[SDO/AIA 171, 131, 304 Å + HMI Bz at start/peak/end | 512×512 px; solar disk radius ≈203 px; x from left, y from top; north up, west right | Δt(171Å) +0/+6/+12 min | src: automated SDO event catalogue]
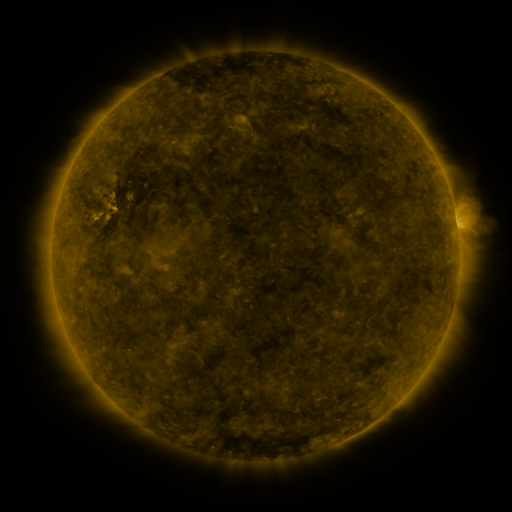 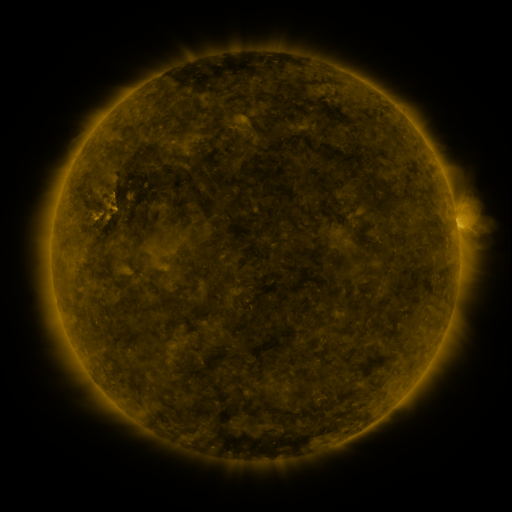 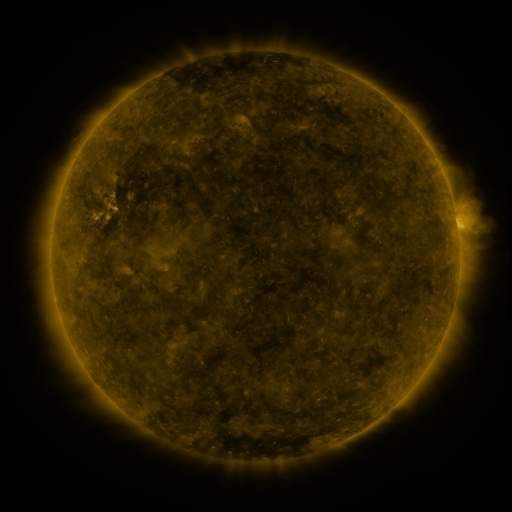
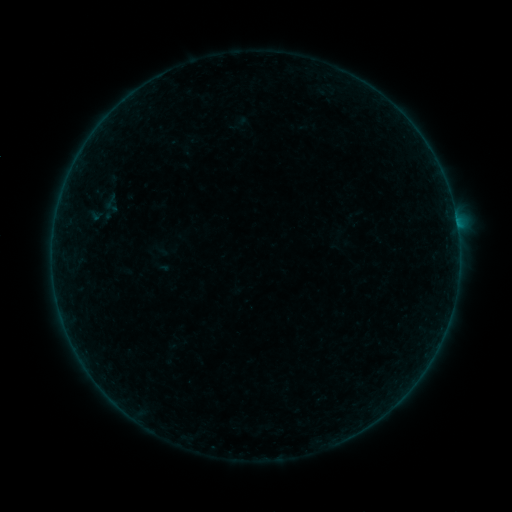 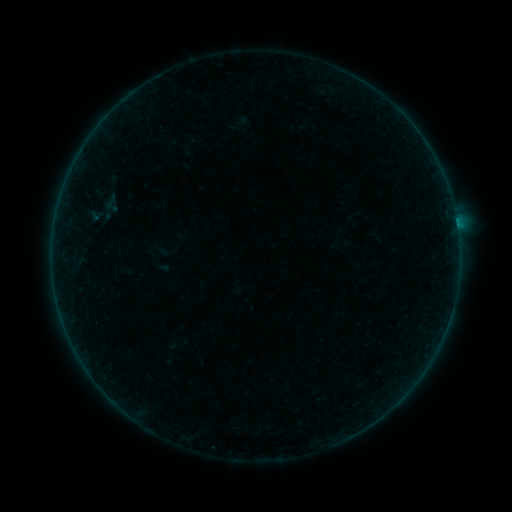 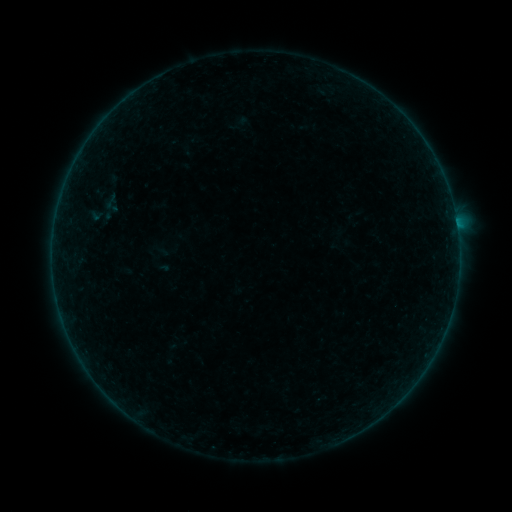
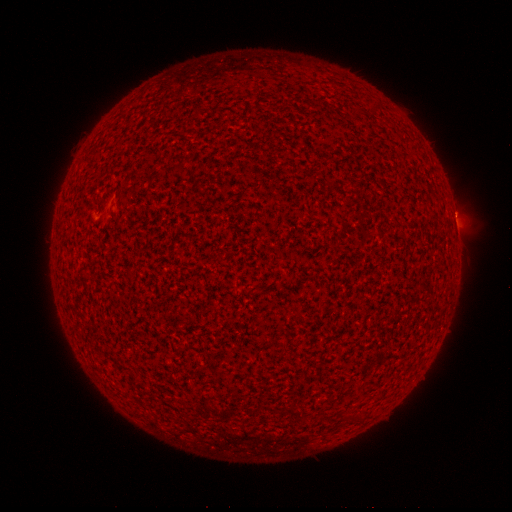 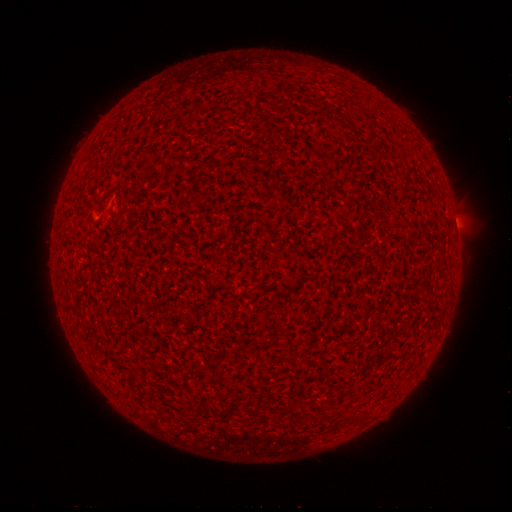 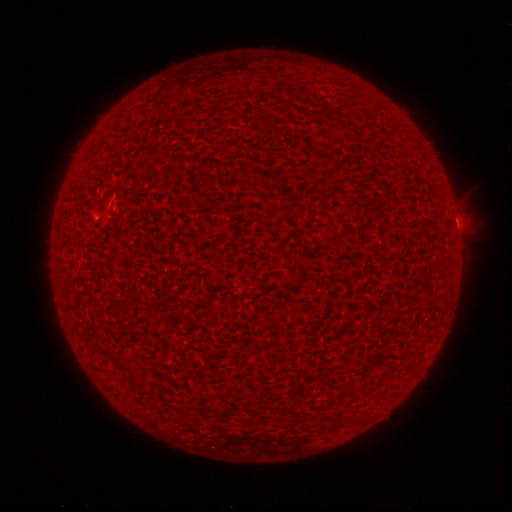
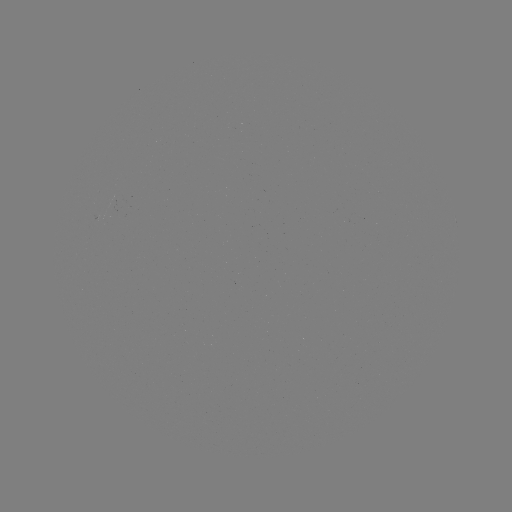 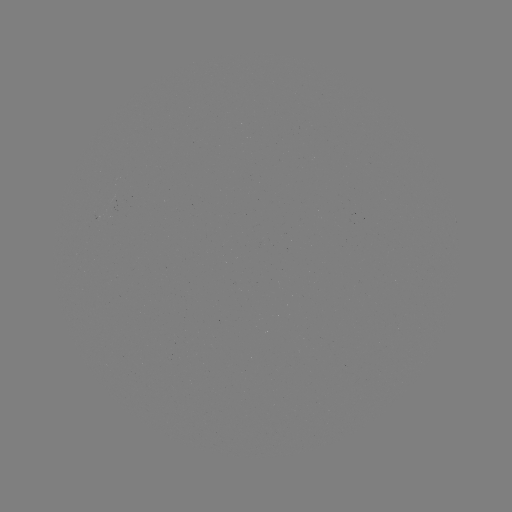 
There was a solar flare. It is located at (456, 224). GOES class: A4.3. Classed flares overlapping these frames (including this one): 1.